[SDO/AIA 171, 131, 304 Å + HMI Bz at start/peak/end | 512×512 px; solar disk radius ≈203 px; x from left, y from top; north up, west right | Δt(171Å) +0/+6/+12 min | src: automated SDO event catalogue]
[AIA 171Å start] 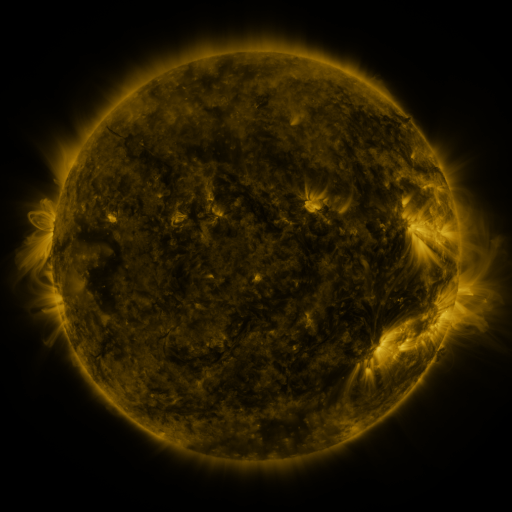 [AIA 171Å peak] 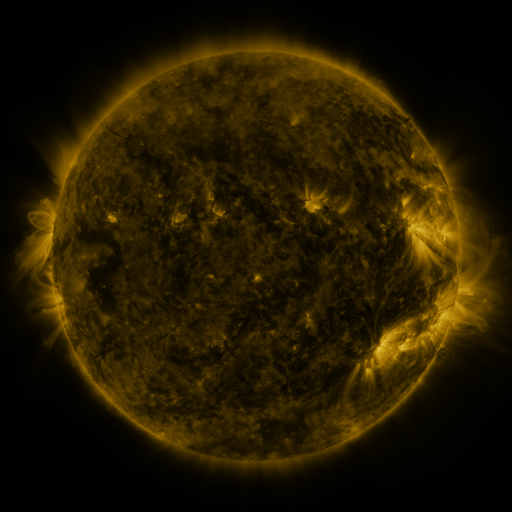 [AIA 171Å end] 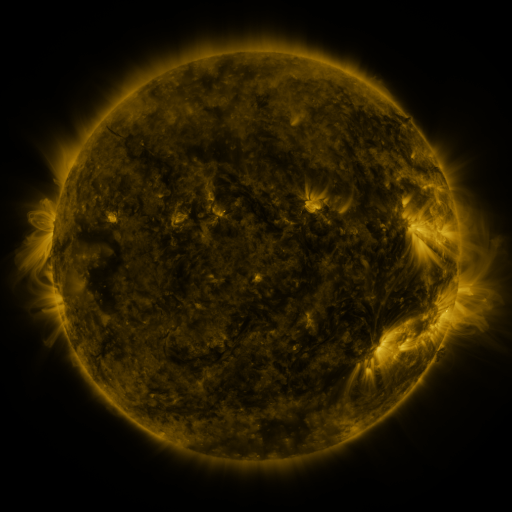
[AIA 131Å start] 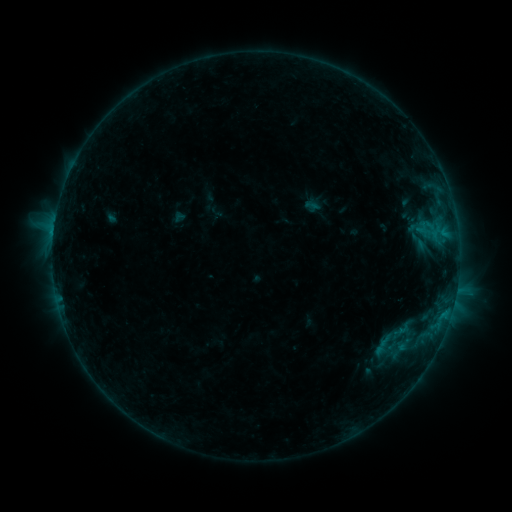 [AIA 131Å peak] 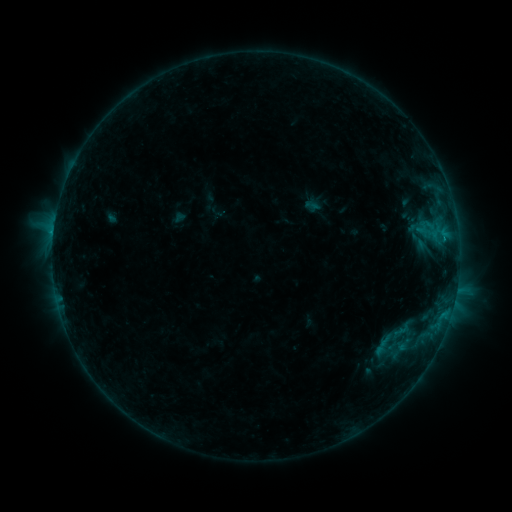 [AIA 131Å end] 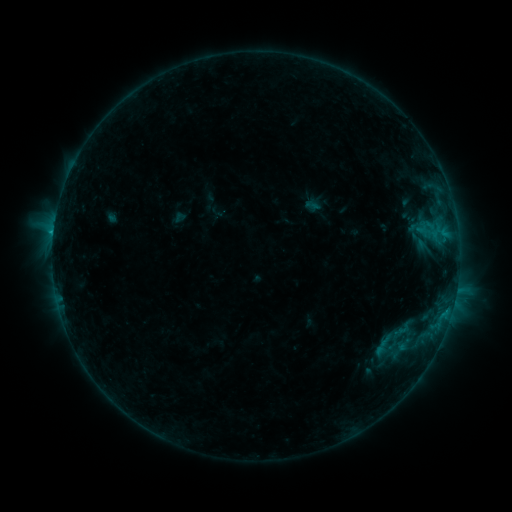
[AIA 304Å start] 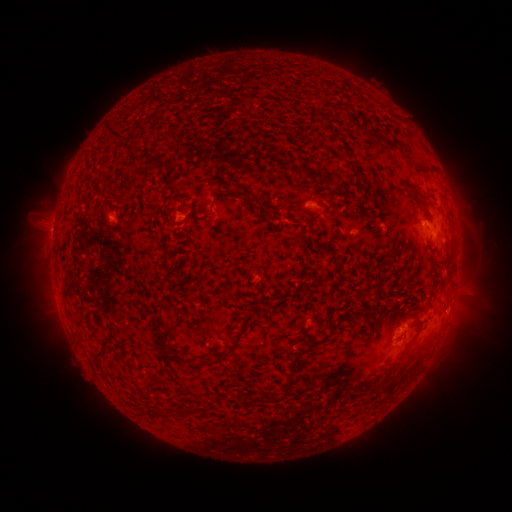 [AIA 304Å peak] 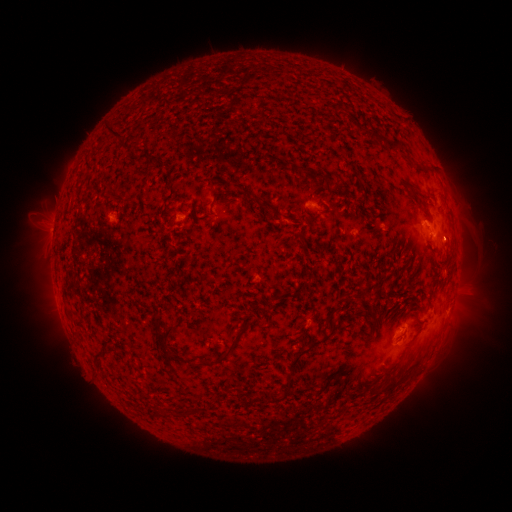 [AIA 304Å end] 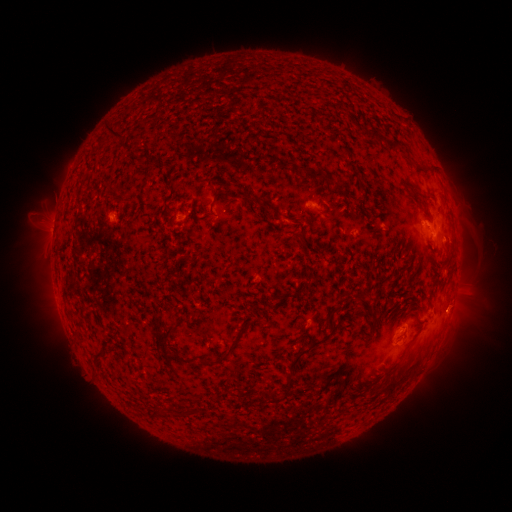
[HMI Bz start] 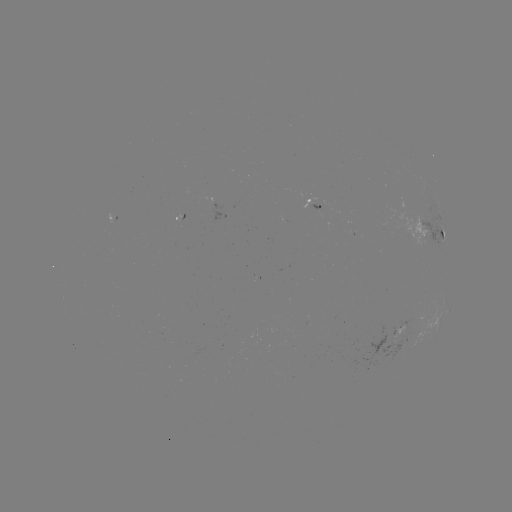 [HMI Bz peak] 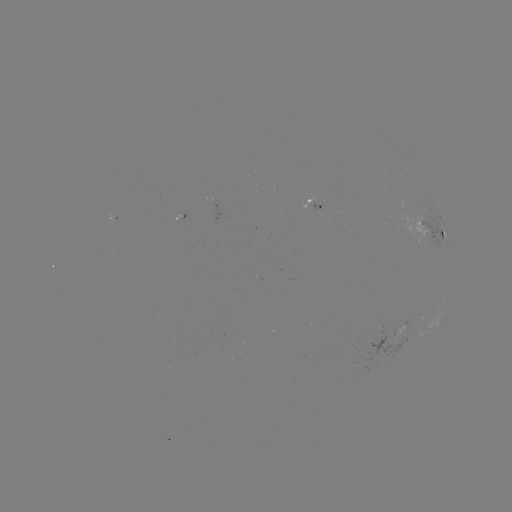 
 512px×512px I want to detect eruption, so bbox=[430, 217, 476, 265].